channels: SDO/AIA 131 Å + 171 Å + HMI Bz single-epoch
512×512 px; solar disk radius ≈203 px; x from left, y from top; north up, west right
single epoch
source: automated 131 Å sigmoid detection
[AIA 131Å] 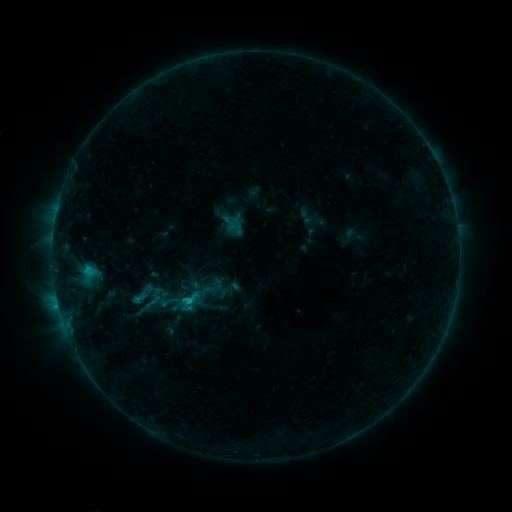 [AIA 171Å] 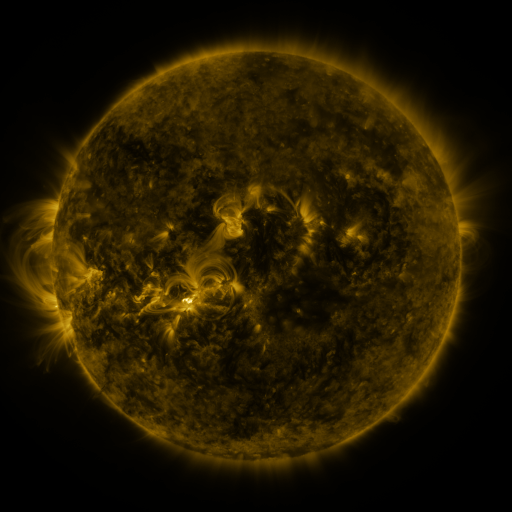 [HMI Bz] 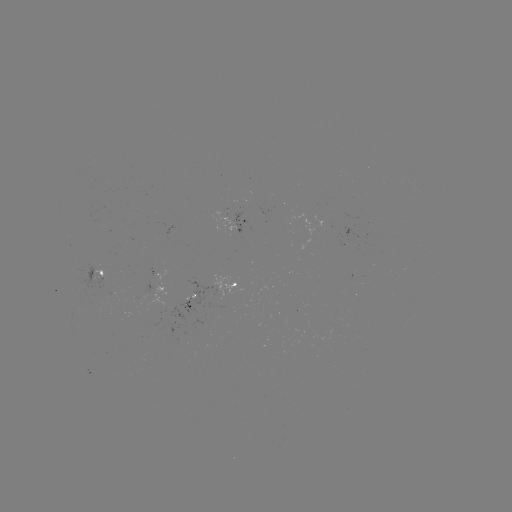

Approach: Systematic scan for sigmoid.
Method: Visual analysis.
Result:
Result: sigmoid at [172, 301].